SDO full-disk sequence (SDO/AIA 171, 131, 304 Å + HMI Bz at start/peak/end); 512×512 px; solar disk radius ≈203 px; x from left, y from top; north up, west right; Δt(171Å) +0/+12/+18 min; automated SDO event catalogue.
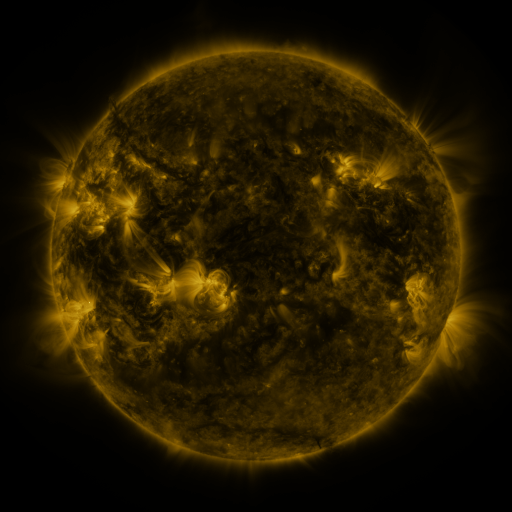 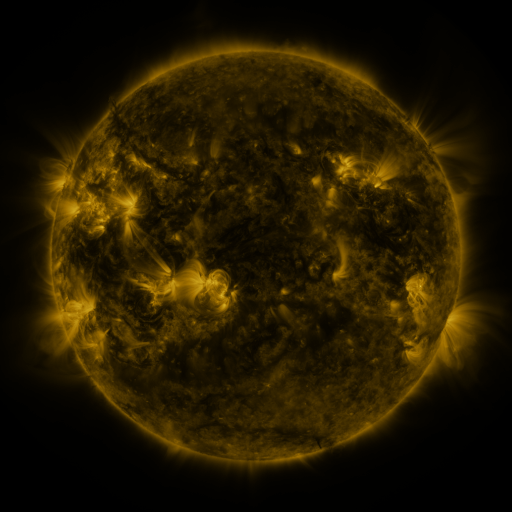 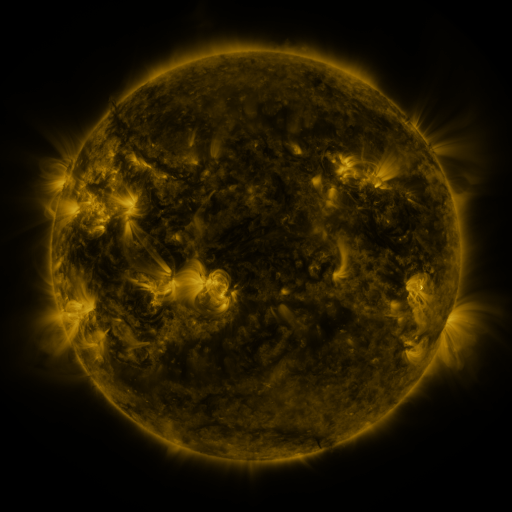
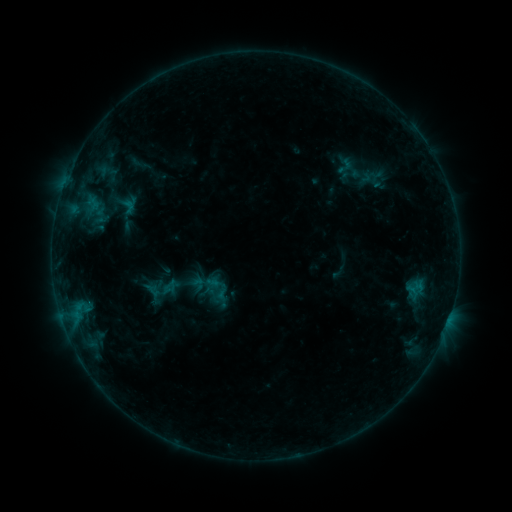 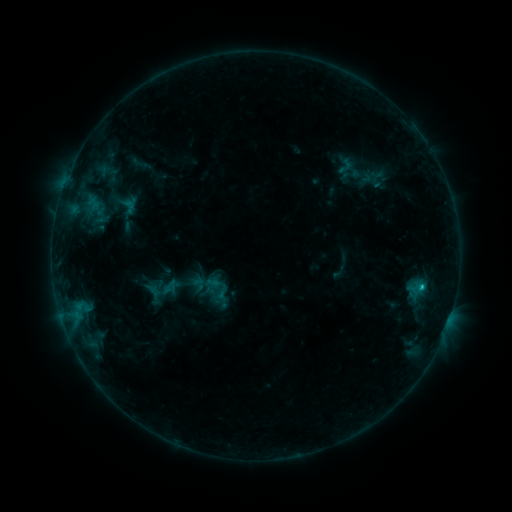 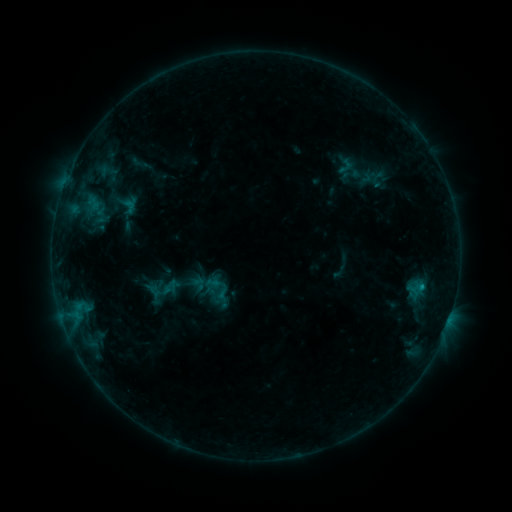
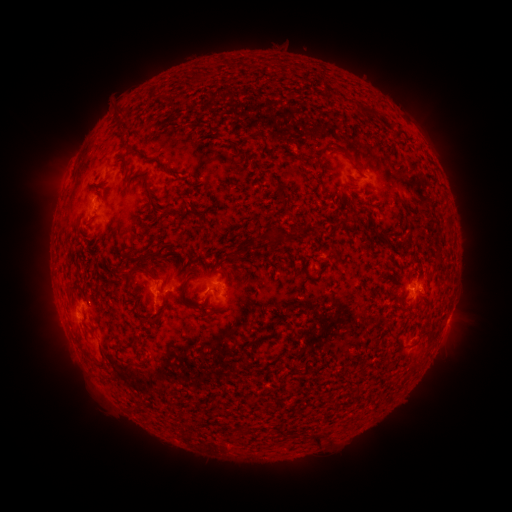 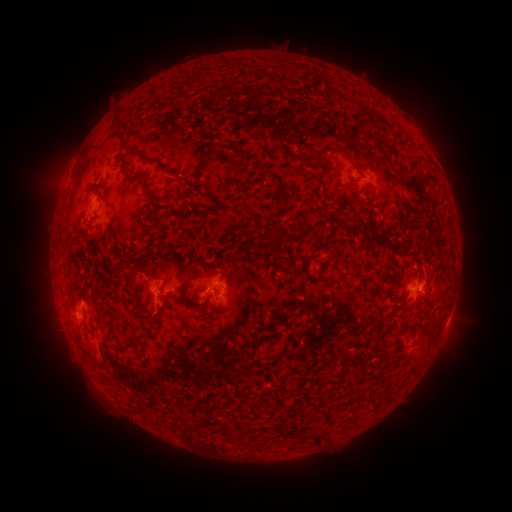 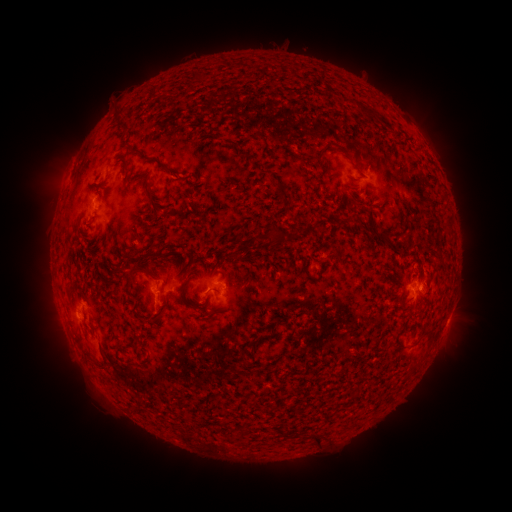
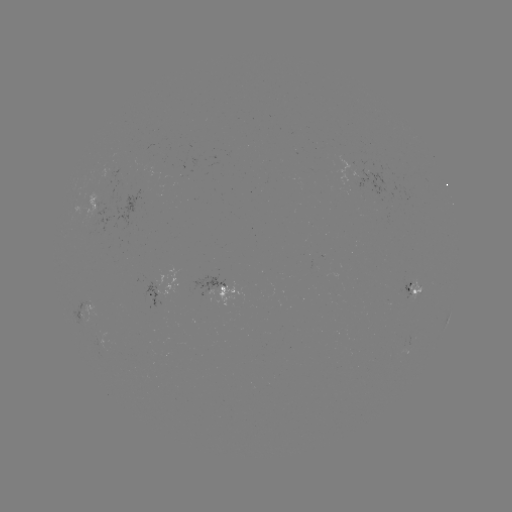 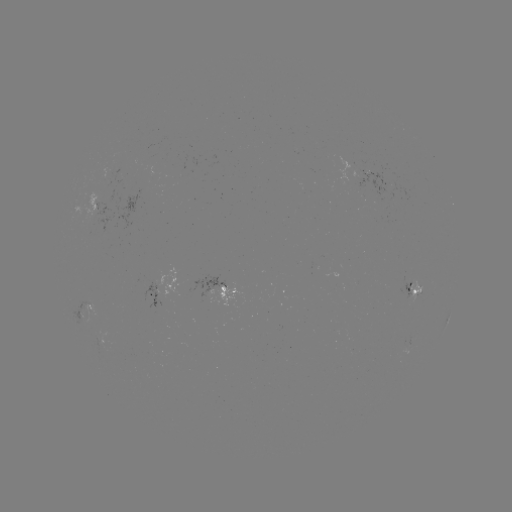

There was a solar flare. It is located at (421, 283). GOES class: B7.4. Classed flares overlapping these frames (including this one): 1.